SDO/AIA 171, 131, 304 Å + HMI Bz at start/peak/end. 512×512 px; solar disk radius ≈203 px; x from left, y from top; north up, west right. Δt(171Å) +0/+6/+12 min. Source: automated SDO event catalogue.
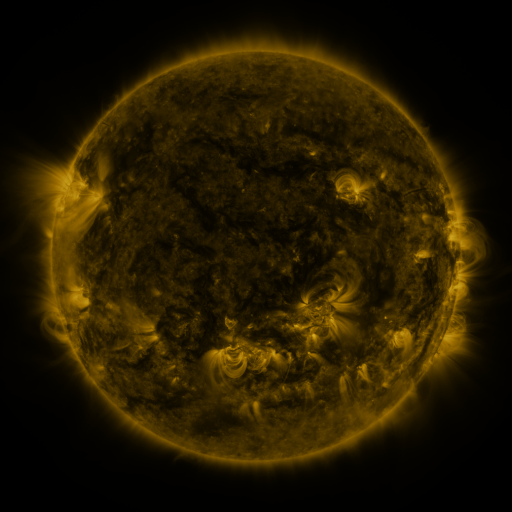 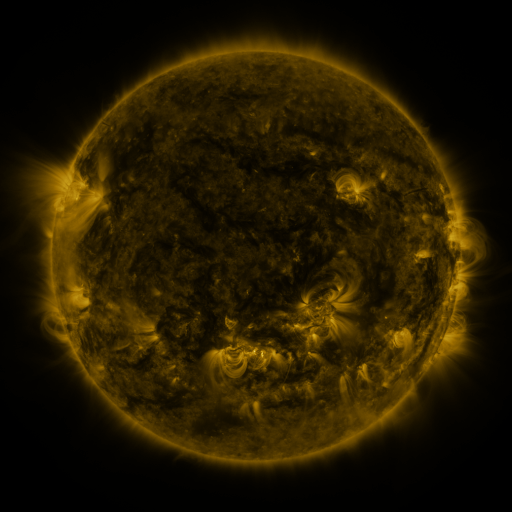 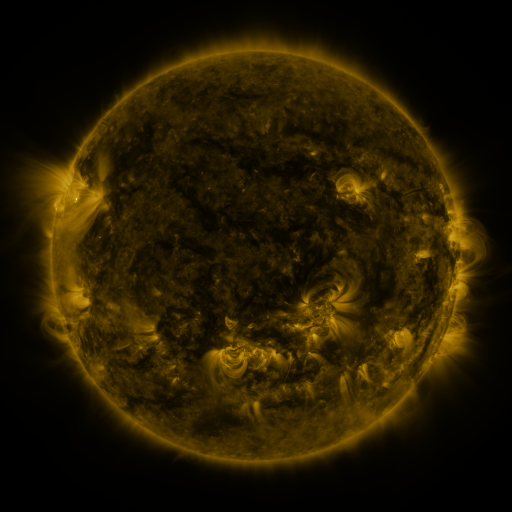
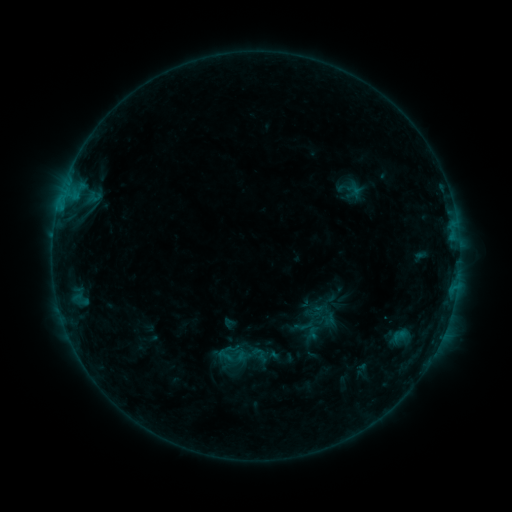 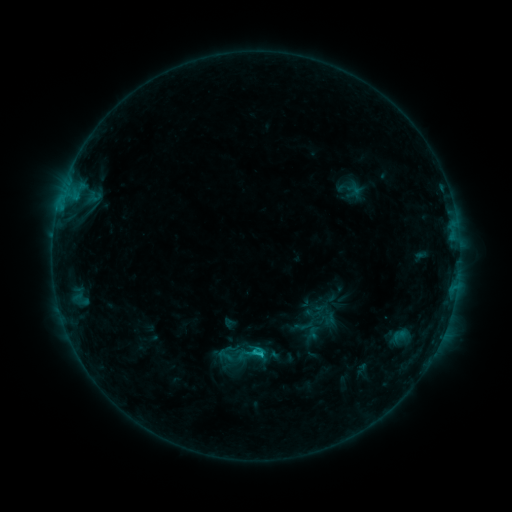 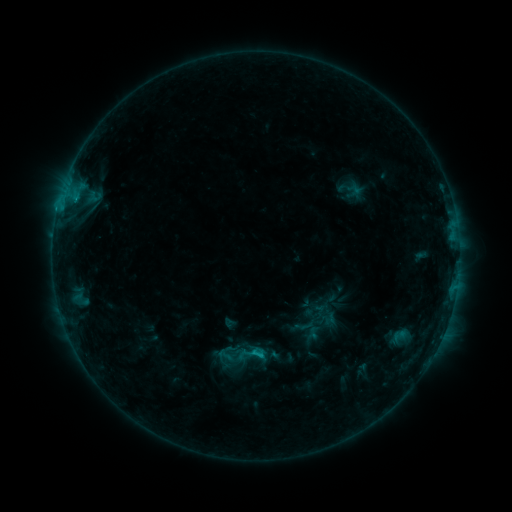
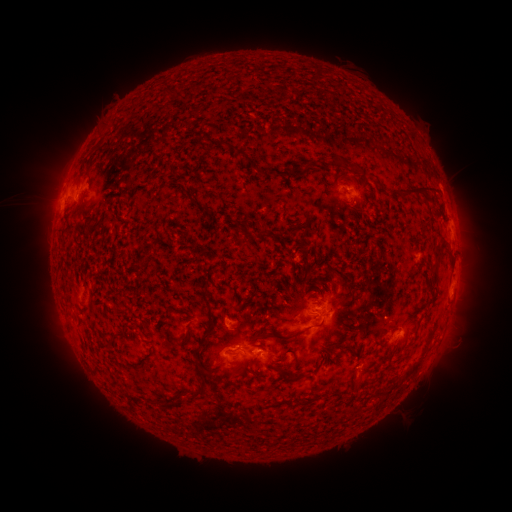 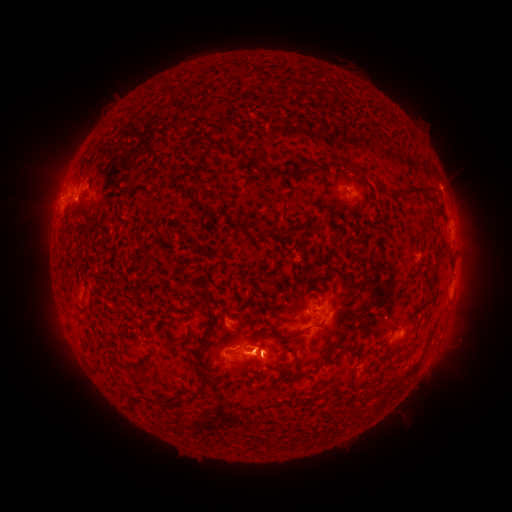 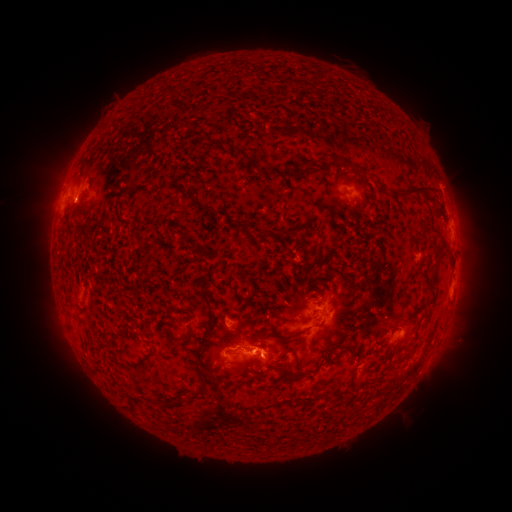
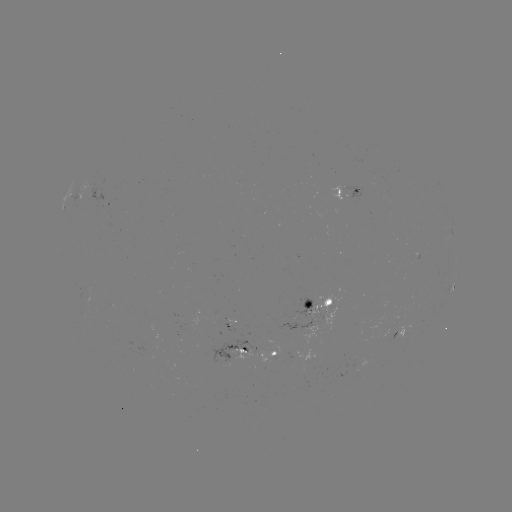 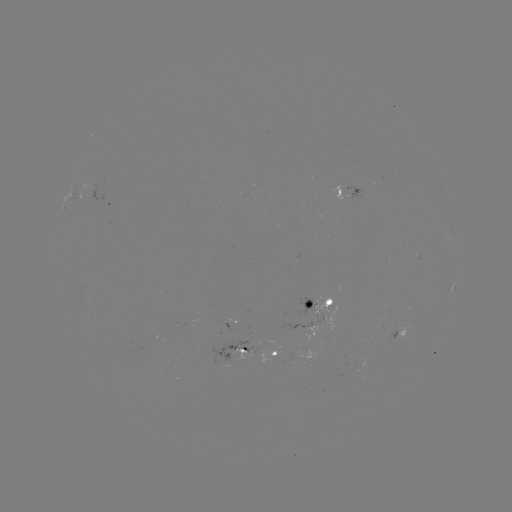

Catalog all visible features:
C1.1 flare: (259, 351)
